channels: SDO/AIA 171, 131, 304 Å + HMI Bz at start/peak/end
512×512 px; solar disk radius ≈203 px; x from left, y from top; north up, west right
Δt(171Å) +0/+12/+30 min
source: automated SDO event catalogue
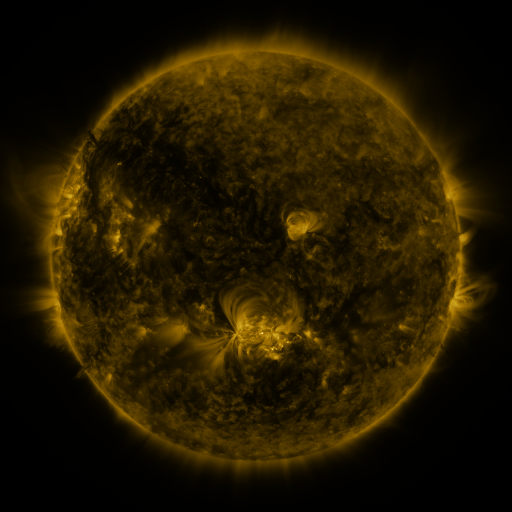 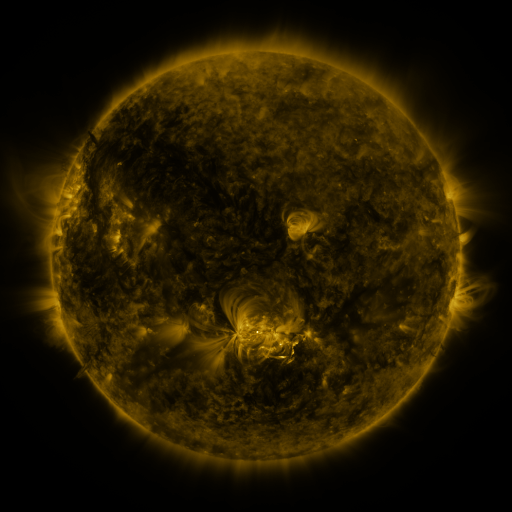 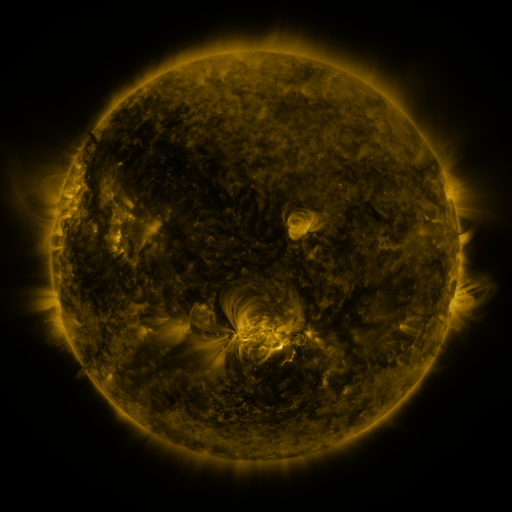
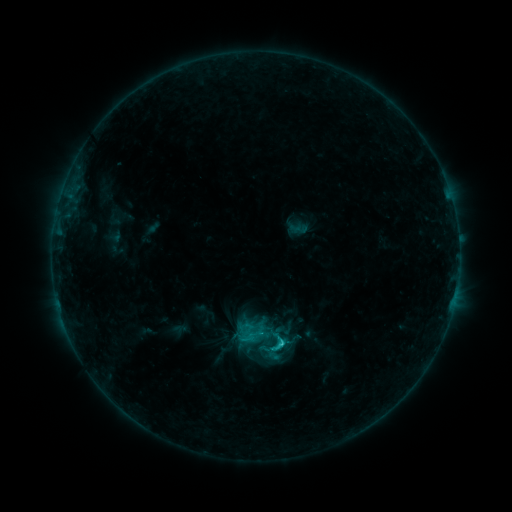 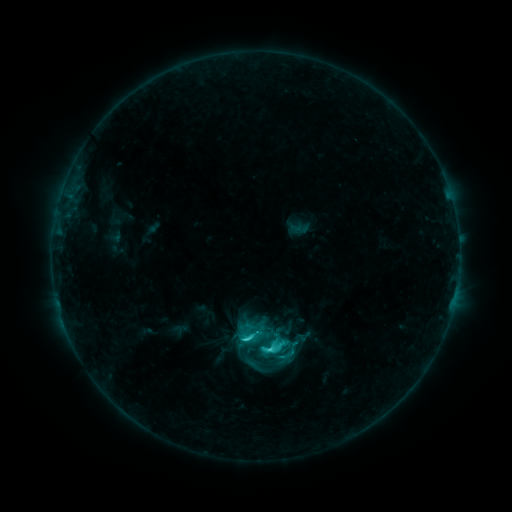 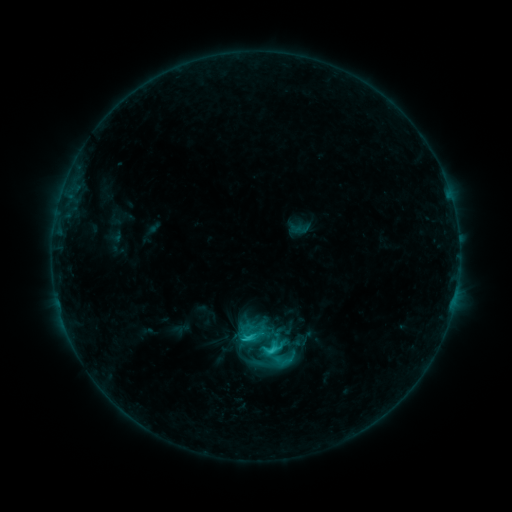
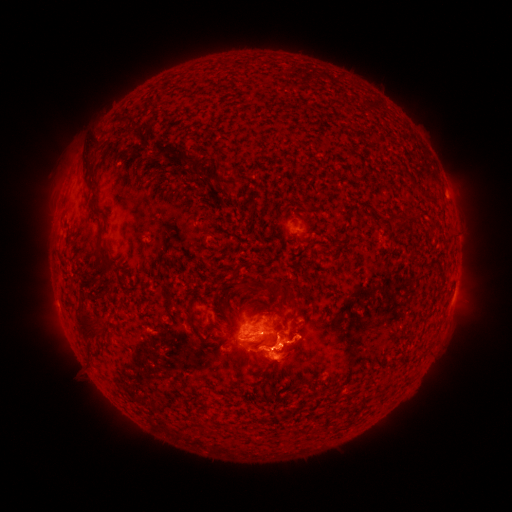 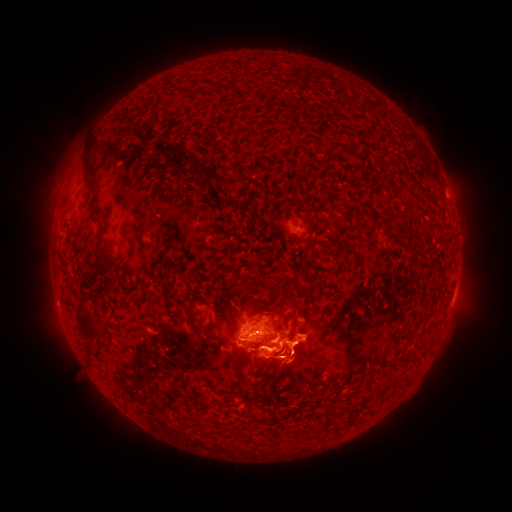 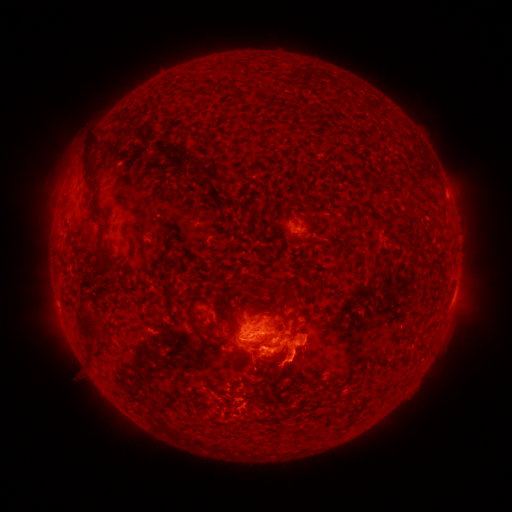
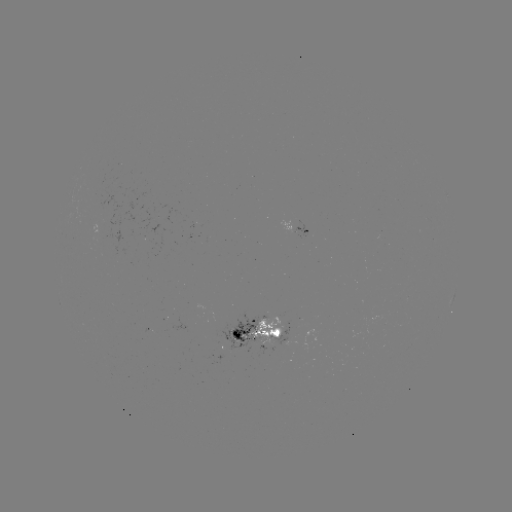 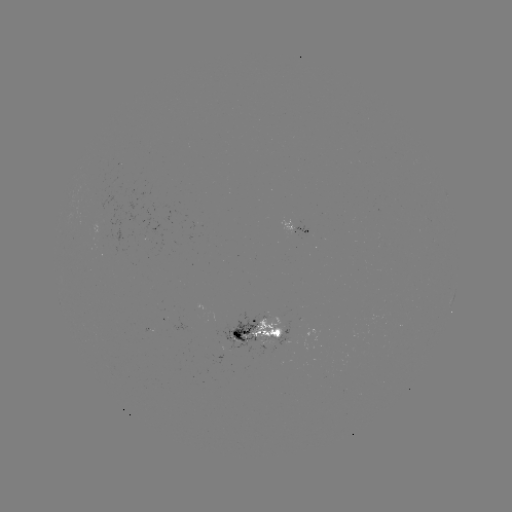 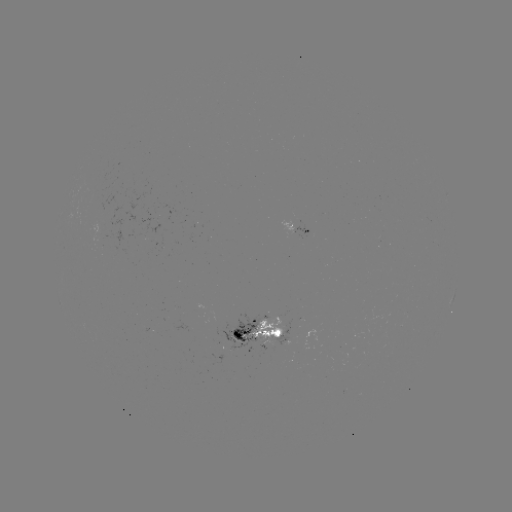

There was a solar flare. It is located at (249, 338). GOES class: C3.9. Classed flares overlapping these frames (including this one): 1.